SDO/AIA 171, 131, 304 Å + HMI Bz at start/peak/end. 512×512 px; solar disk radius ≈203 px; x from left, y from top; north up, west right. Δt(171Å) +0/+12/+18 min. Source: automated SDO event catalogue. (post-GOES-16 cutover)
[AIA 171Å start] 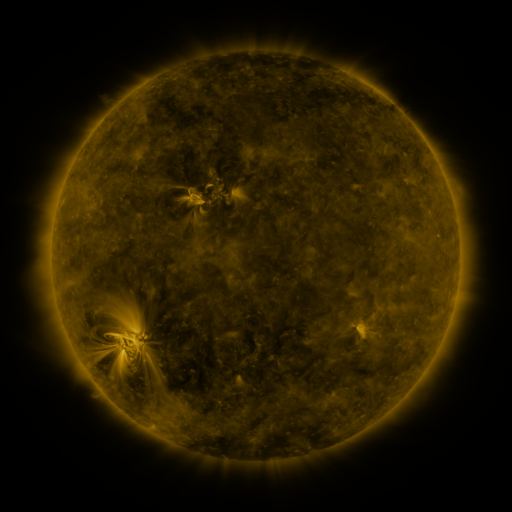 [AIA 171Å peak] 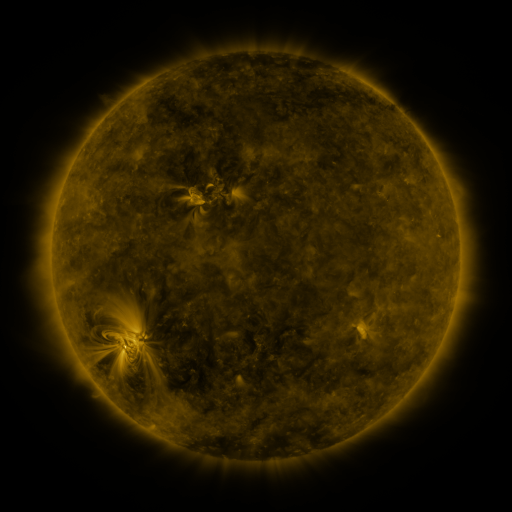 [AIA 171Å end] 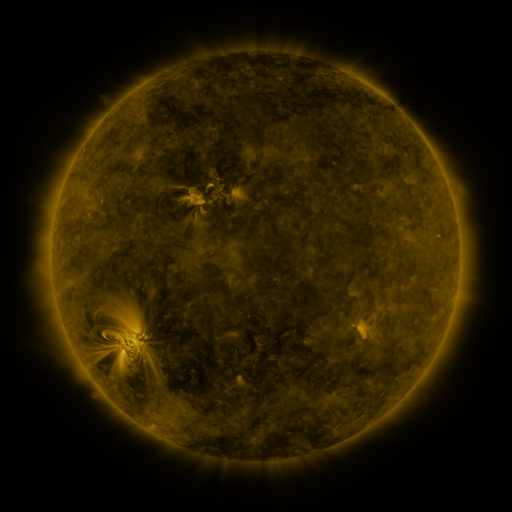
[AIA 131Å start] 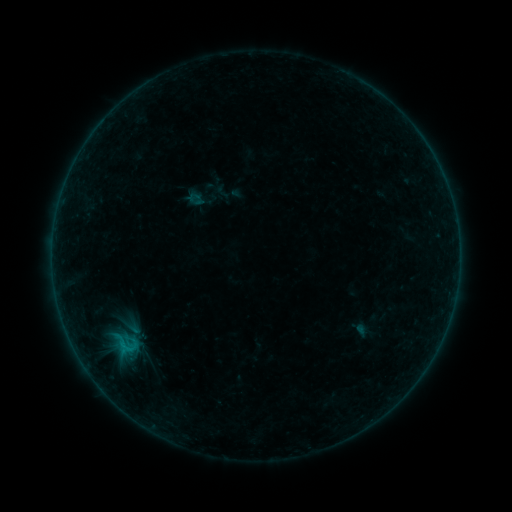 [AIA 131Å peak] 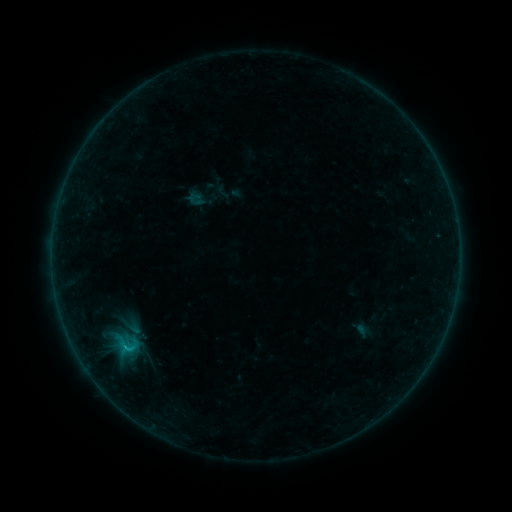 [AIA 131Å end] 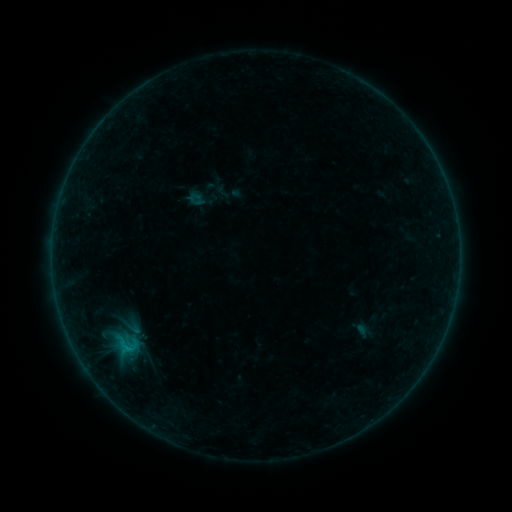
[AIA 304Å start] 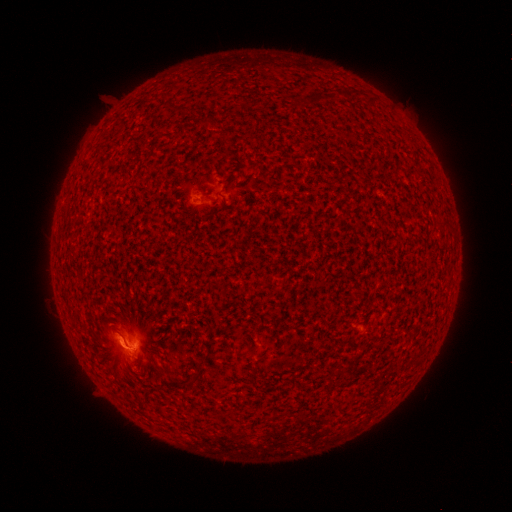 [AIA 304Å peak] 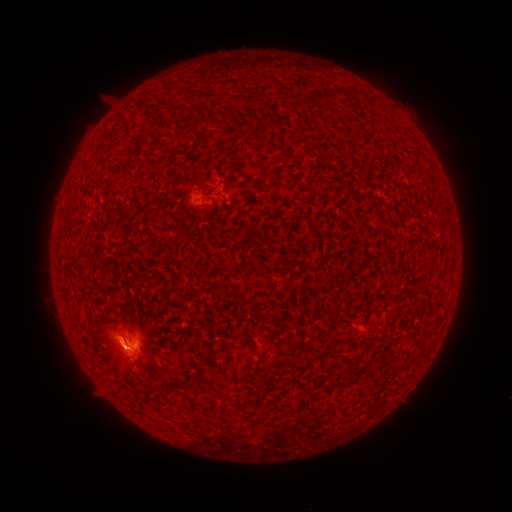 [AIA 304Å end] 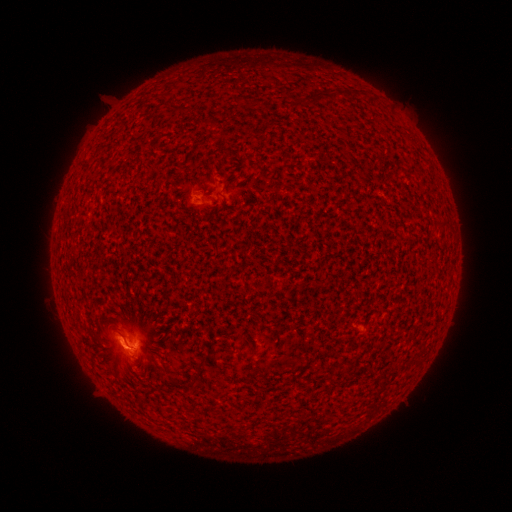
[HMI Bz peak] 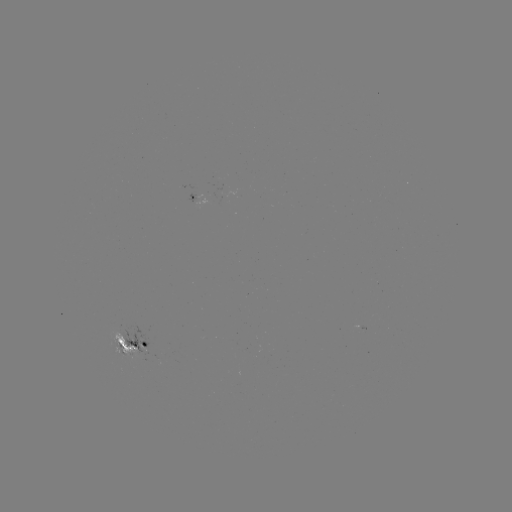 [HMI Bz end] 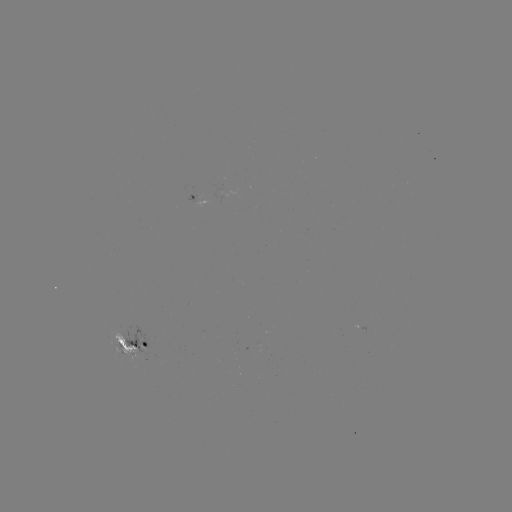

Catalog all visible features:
B7.0 flare: (125, 344)
